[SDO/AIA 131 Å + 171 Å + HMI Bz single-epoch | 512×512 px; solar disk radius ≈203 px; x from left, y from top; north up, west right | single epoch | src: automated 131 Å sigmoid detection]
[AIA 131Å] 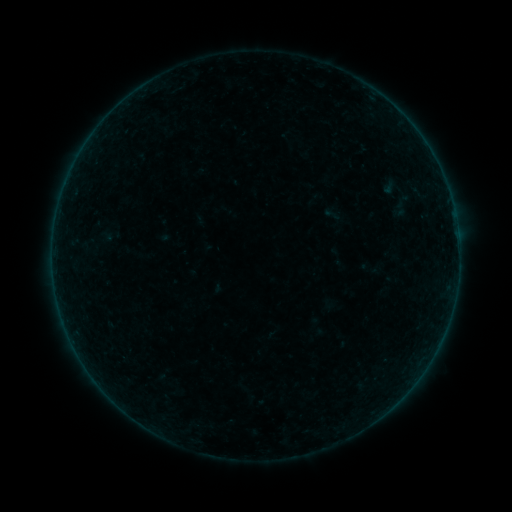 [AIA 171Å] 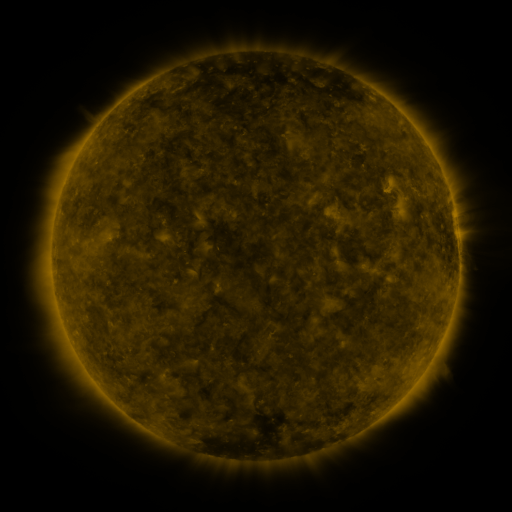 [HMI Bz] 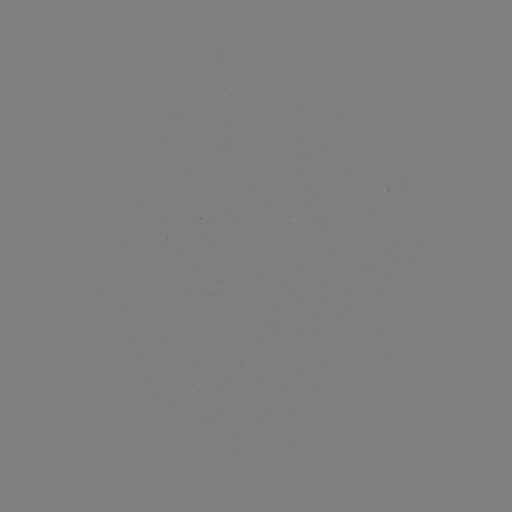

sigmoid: <bbox>382, 193, 419, 220</bbox>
